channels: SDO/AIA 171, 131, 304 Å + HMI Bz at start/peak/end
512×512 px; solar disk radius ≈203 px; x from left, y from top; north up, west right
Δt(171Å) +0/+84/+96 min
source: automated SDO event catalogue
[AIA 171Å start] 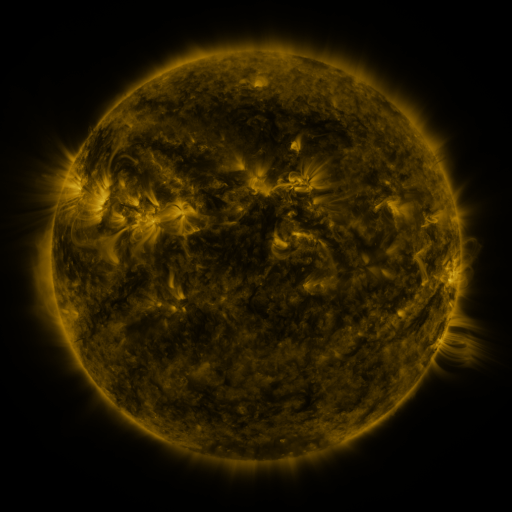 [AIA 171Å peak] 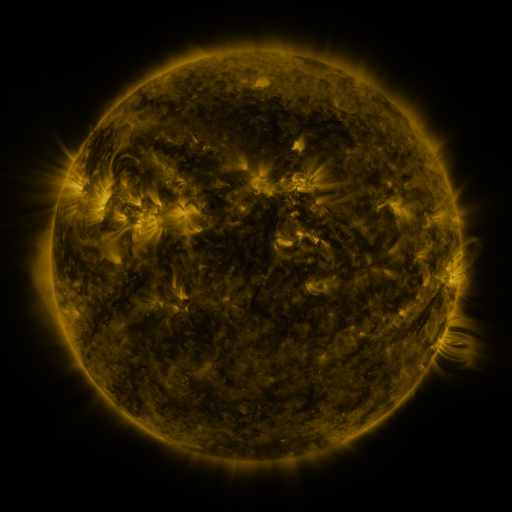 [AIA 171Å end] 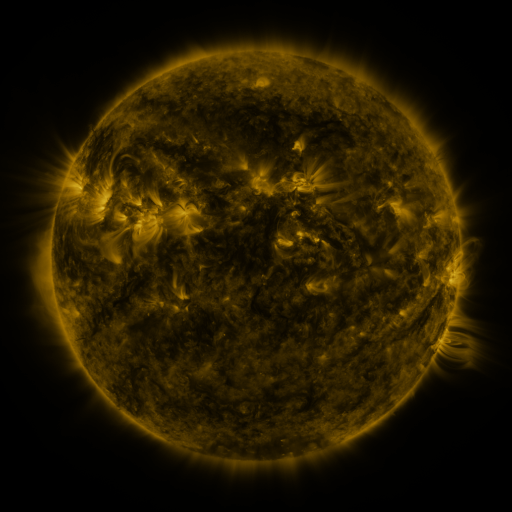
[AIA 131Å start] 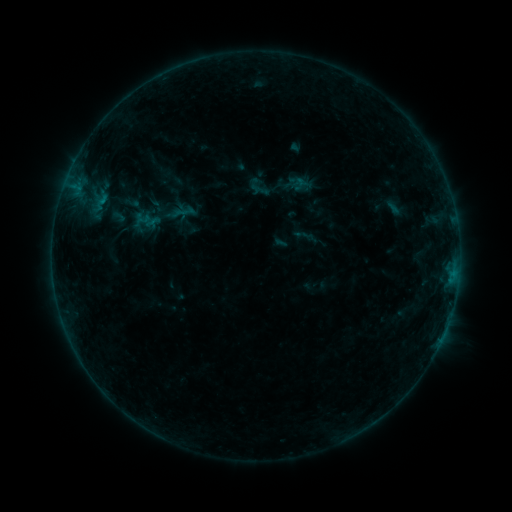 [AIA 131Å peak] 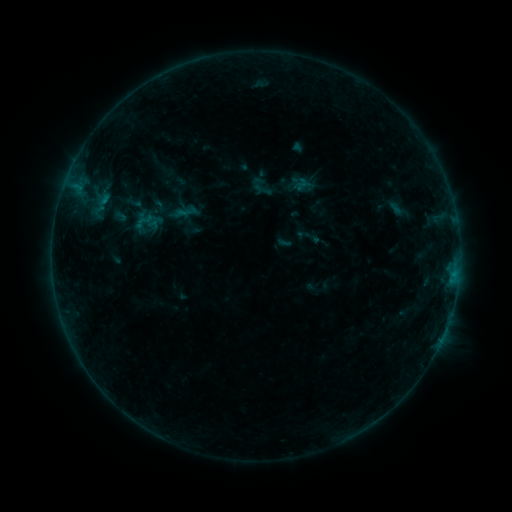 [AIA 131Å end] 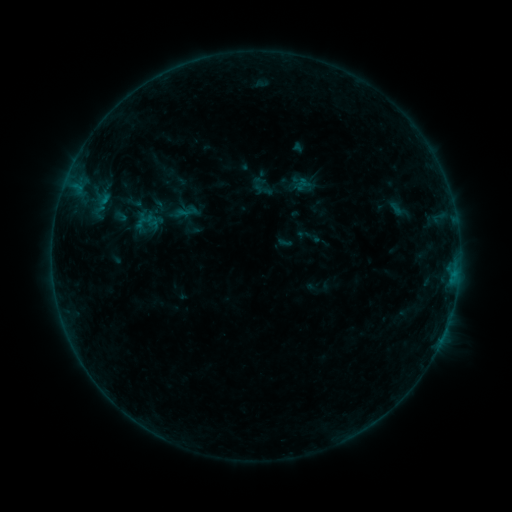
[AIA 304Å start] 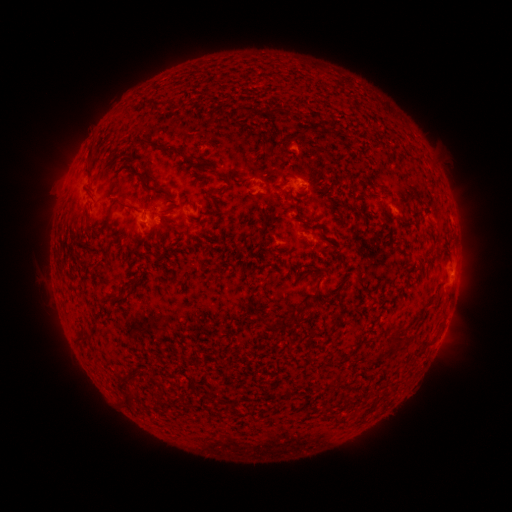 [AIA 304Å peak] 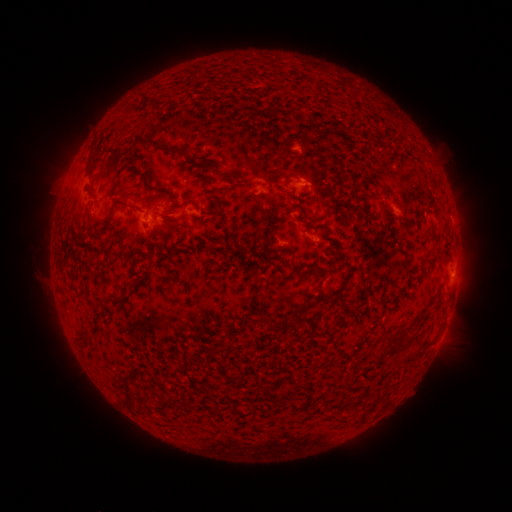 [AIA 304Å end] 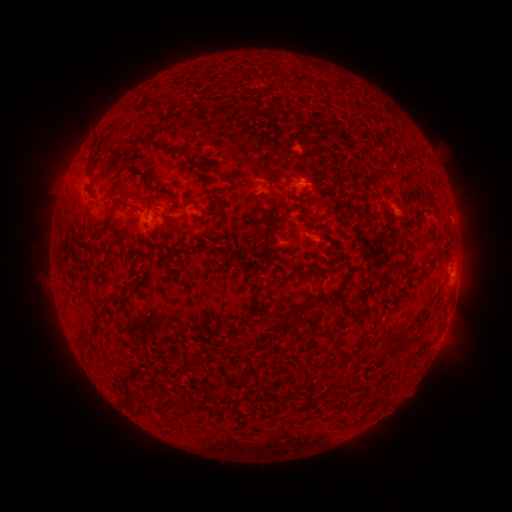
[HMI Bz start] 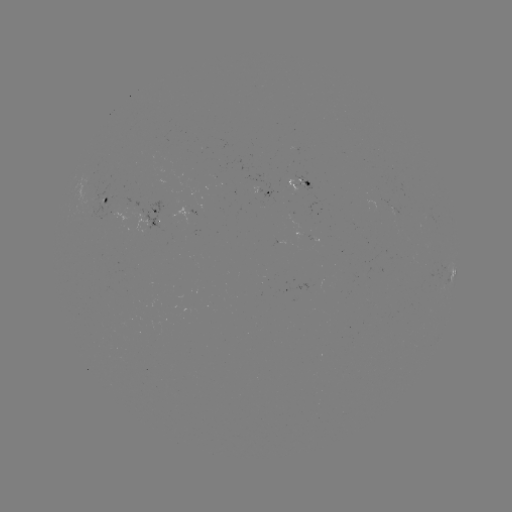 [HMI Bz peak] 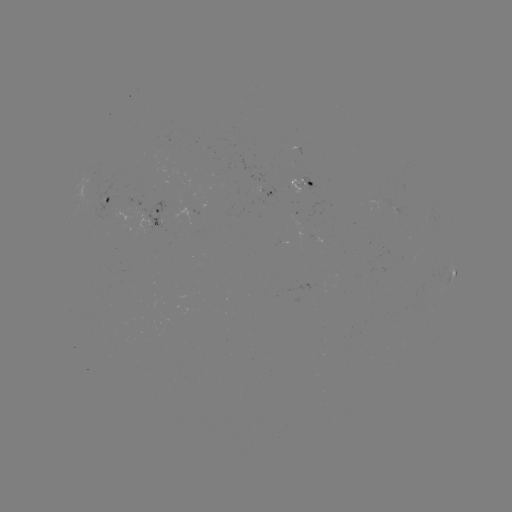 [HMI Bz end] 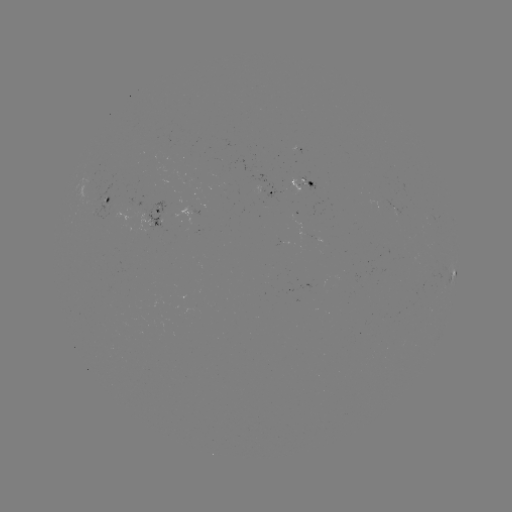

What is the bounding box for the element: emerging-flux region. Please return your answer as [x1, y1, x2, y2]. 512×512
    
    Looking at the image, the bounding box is [289, 179, 305, 193].